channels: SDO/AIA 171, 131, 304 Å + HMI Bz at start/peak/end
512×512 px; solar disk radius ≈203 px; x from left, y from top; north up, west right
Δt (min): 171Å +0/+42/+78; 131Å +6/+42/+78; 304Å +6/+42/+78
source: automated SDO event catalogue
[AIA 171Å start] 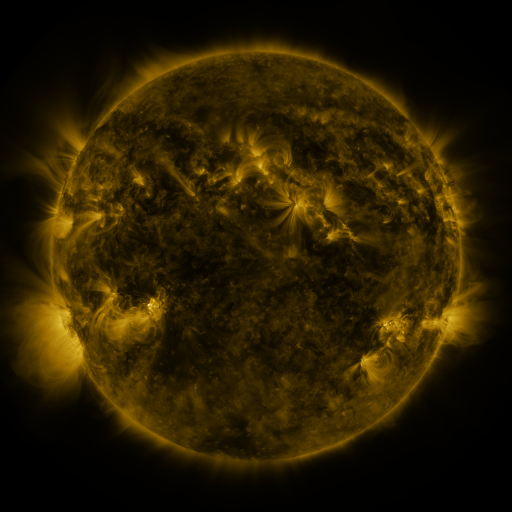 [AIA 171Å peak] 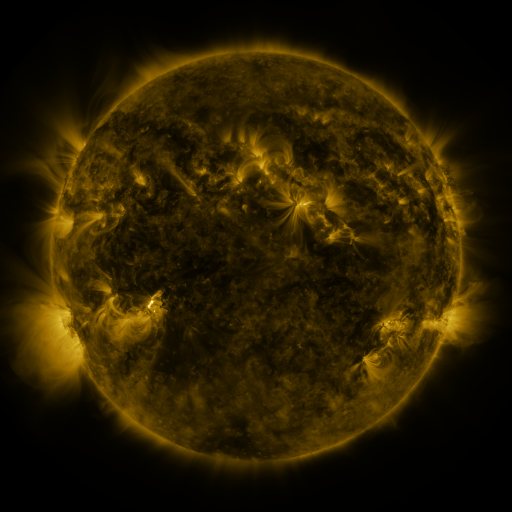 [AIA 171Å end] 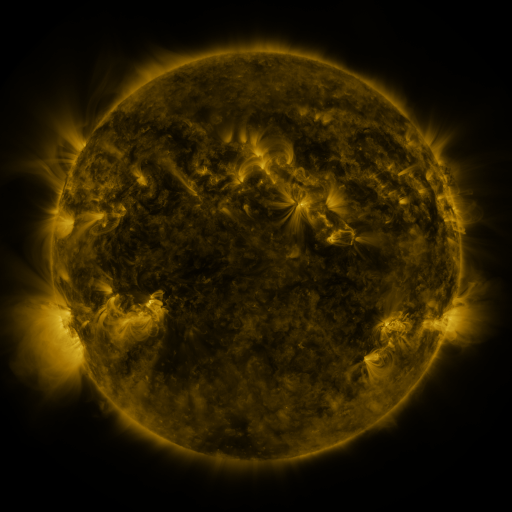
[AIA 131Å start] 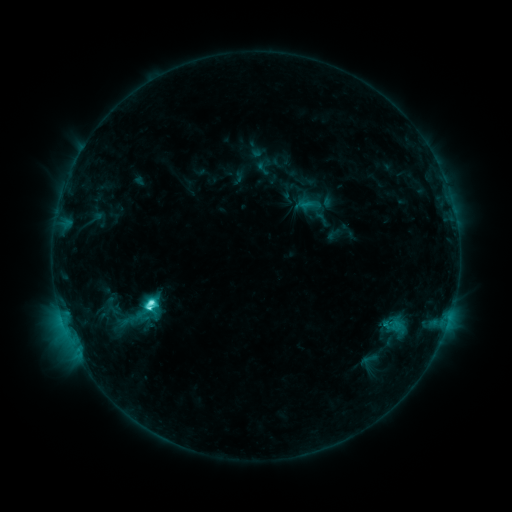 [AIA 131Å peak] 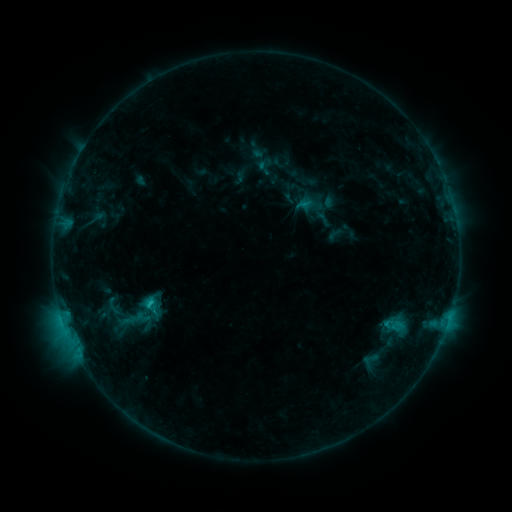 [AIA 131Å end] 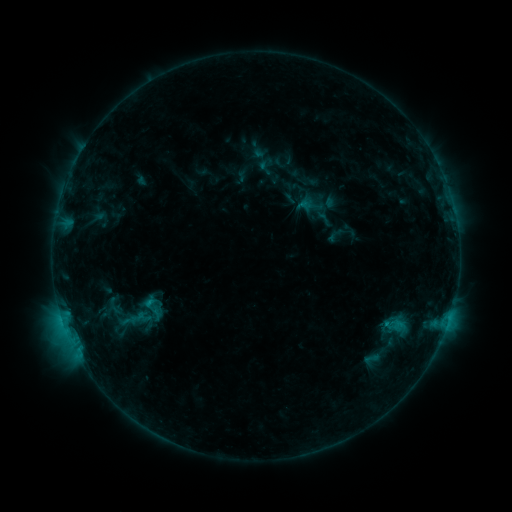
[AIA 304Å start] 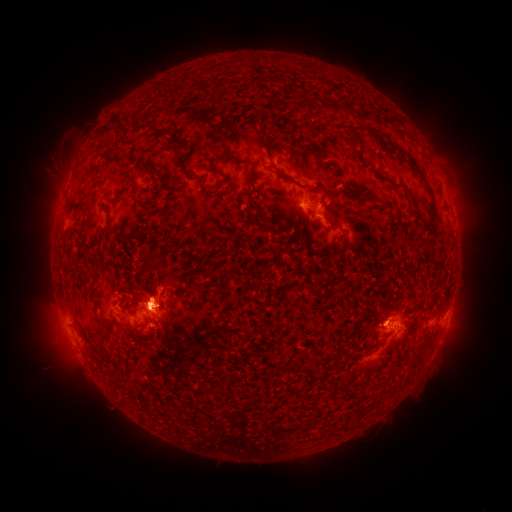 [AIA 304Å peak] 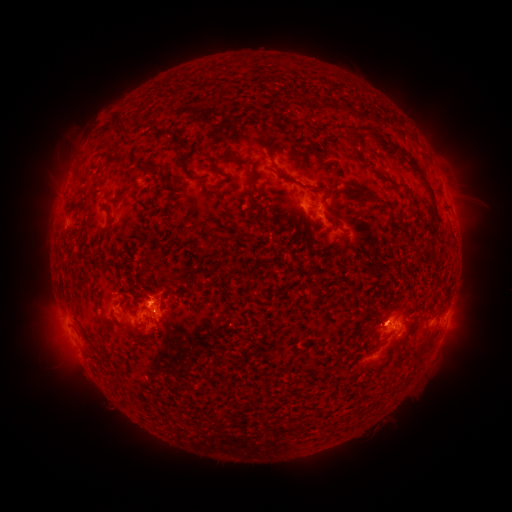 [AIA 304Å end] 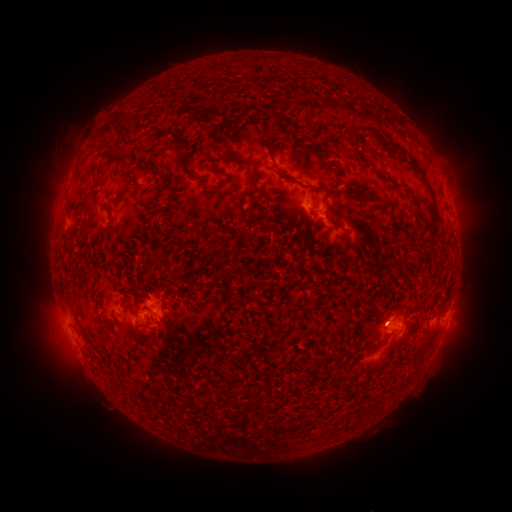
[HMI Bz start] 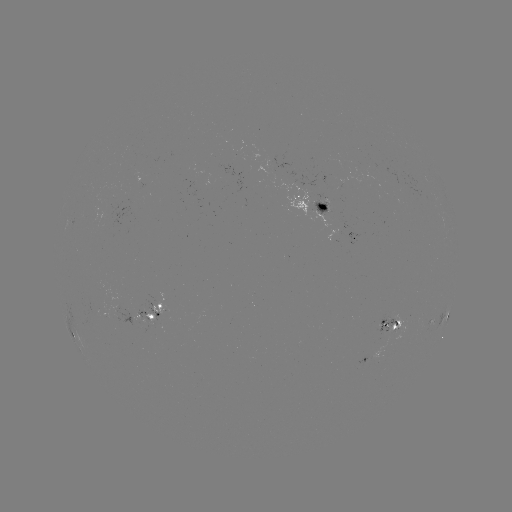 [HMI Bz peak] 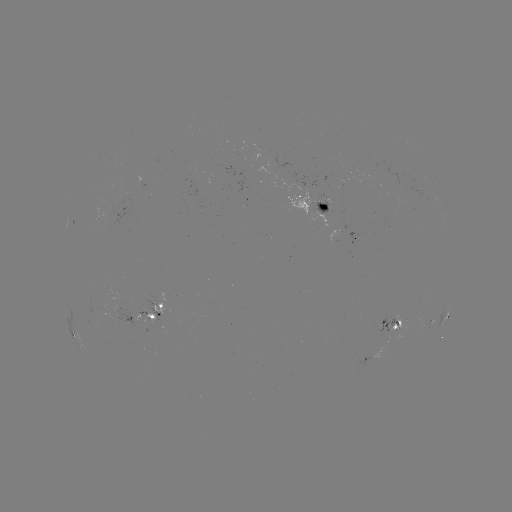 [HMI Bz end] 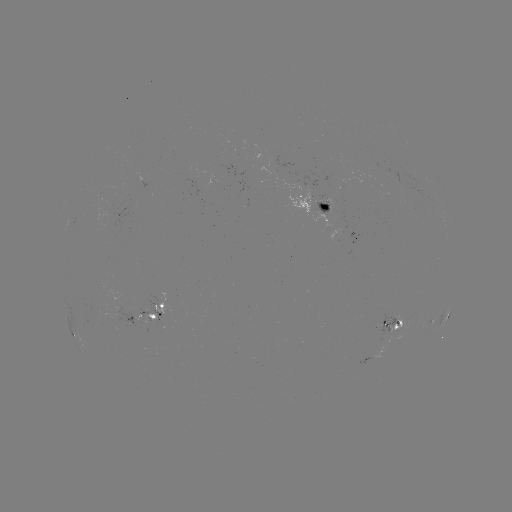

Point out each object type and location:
filament eruption: (461, 202)
